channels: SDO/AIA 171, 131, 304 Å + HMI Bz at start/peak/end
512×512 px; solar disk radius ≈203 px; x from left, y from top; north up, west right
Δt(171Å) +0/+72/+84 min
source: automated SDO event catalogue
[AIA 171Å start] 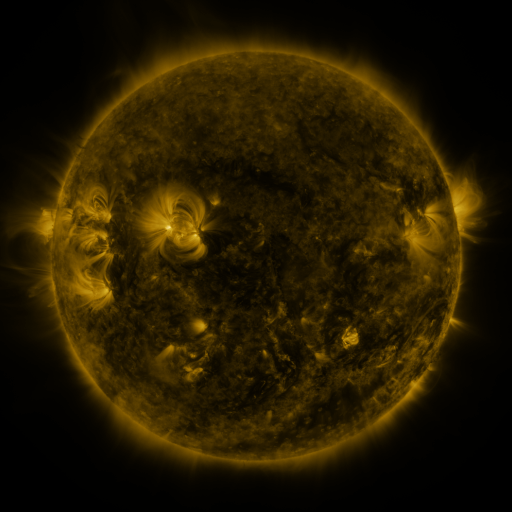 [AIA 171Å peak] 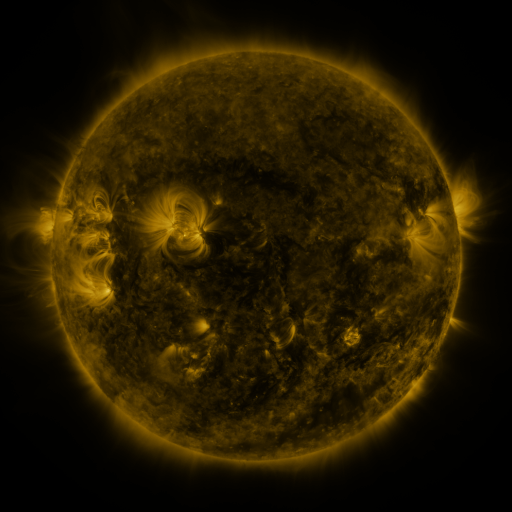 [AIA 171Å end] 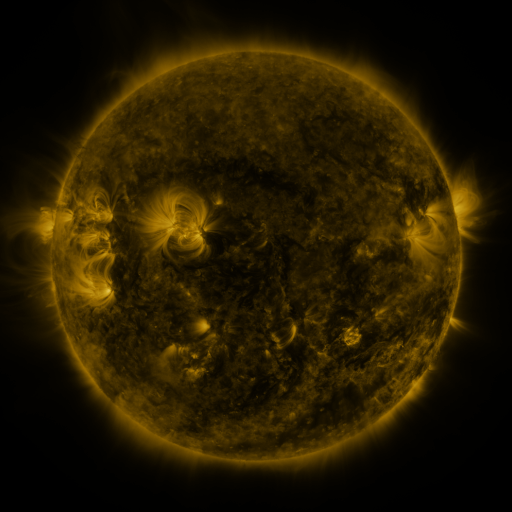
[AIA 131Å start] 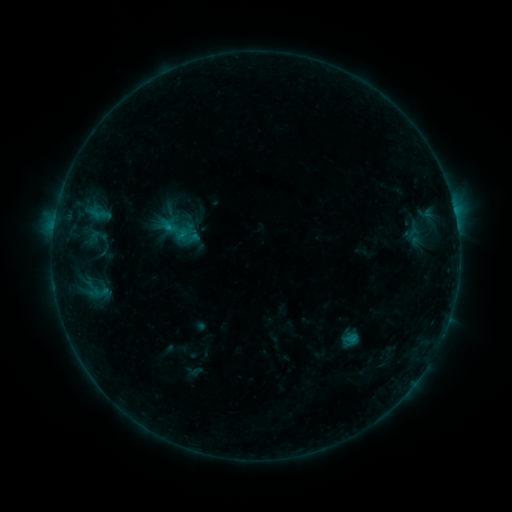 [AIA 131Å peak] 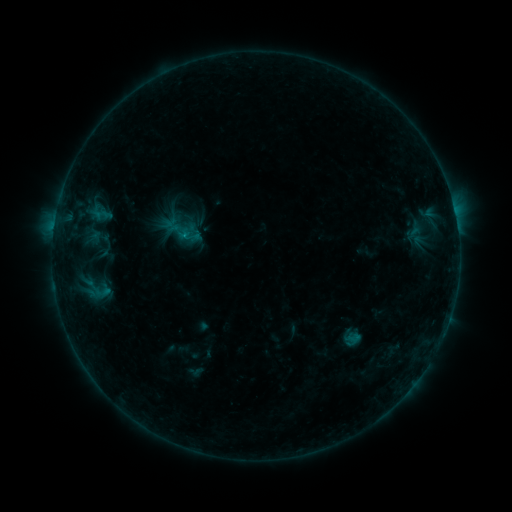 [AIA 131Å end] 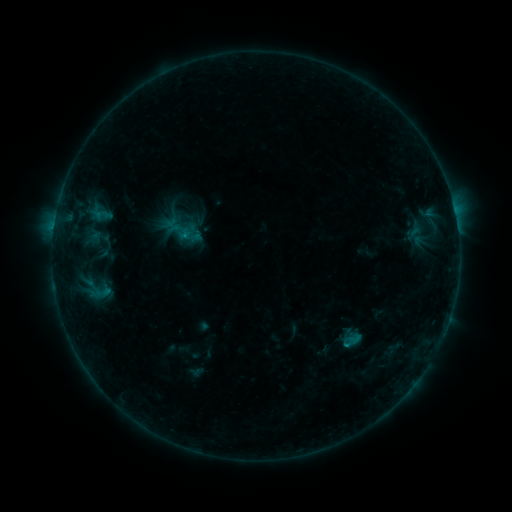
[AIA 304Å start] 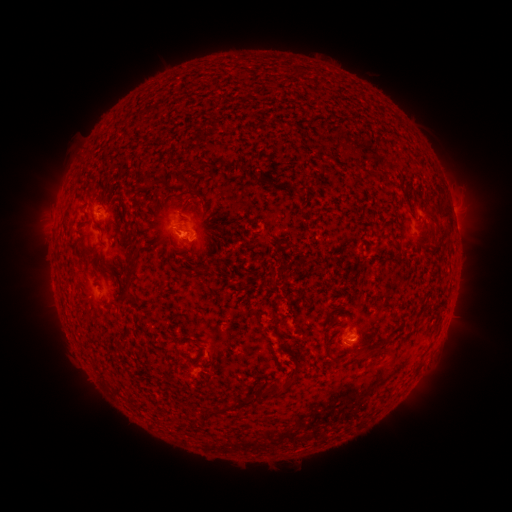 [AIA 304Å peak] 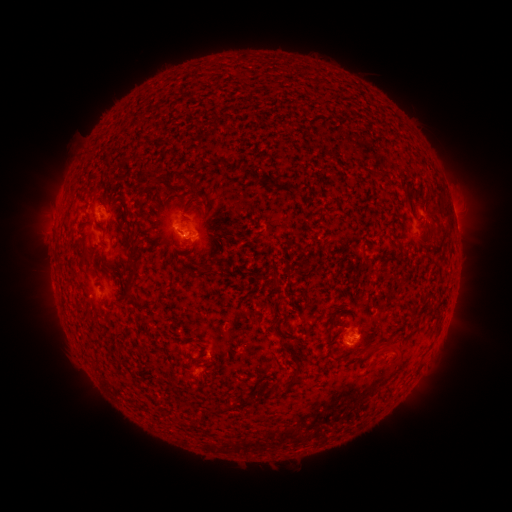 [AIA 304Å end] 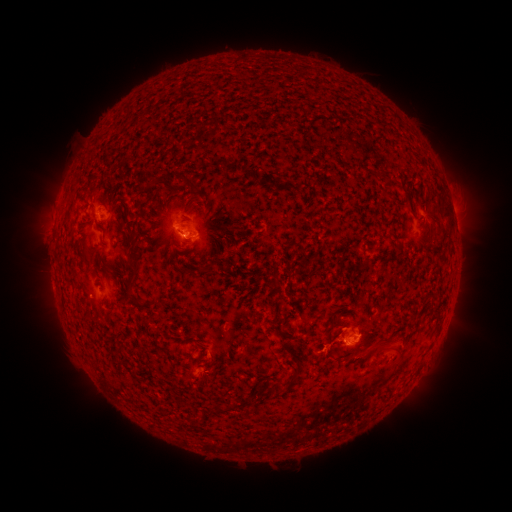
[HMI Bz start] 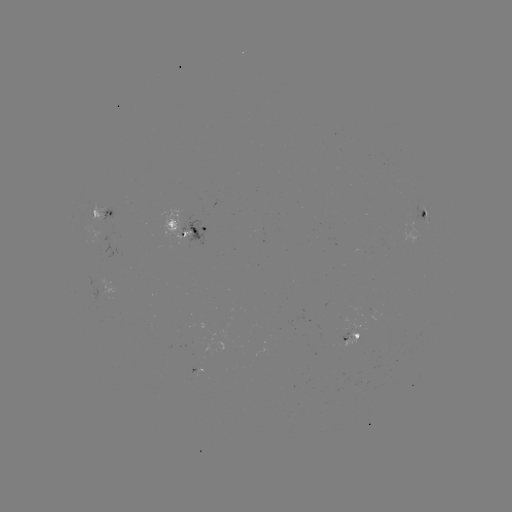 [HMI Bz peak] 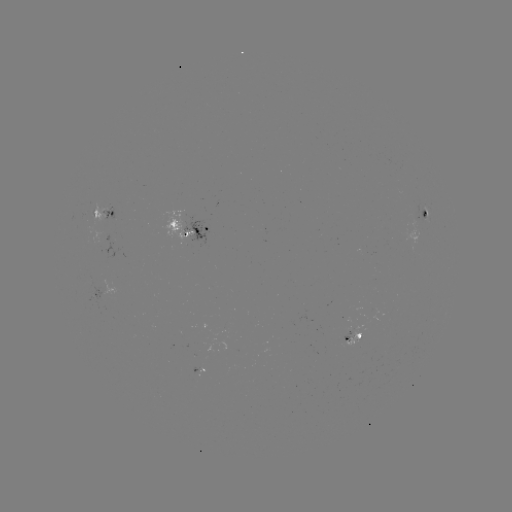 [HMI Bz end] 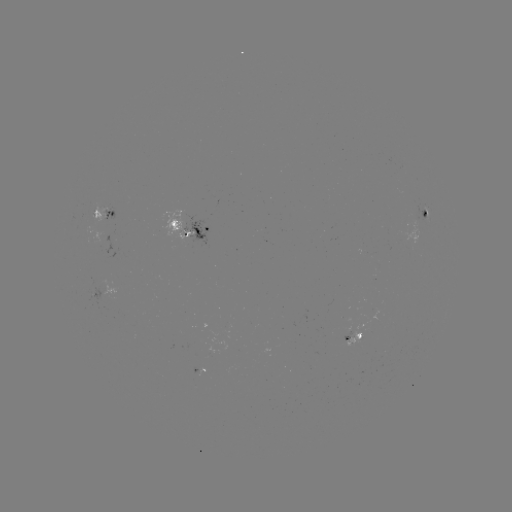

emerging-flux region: [344, 328, 350, 340]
